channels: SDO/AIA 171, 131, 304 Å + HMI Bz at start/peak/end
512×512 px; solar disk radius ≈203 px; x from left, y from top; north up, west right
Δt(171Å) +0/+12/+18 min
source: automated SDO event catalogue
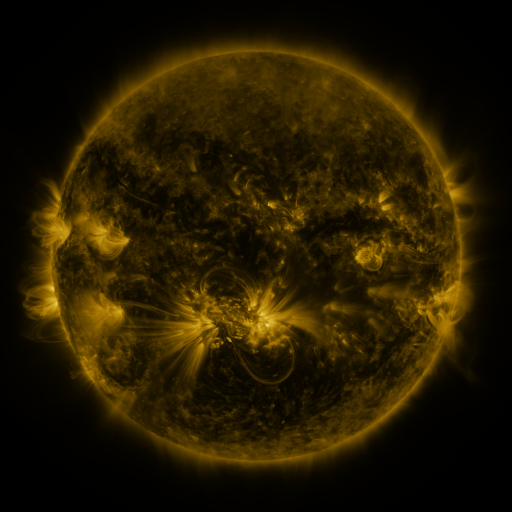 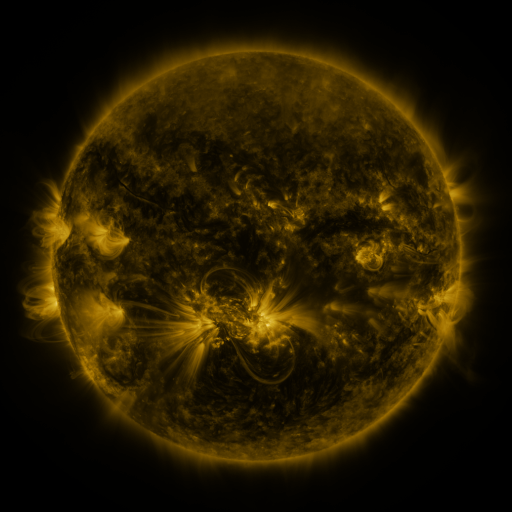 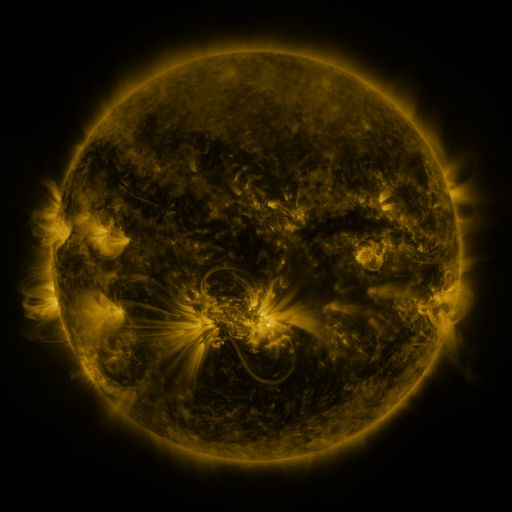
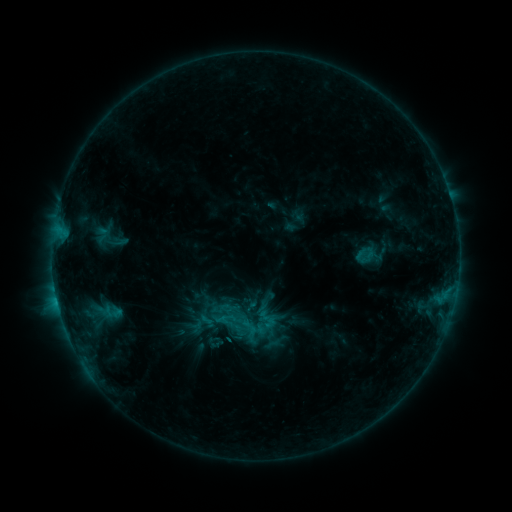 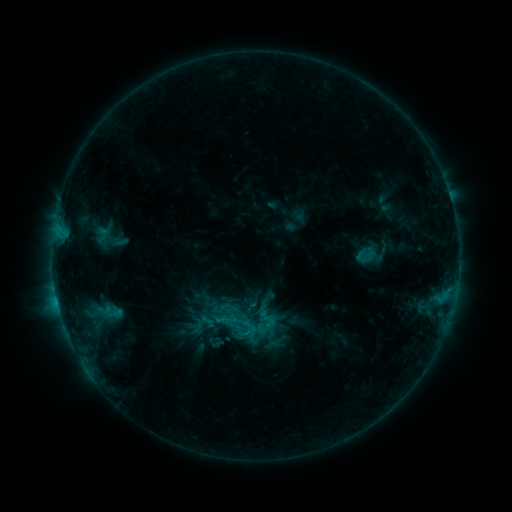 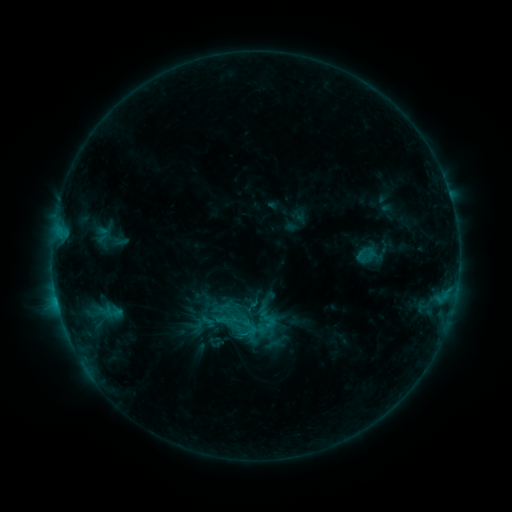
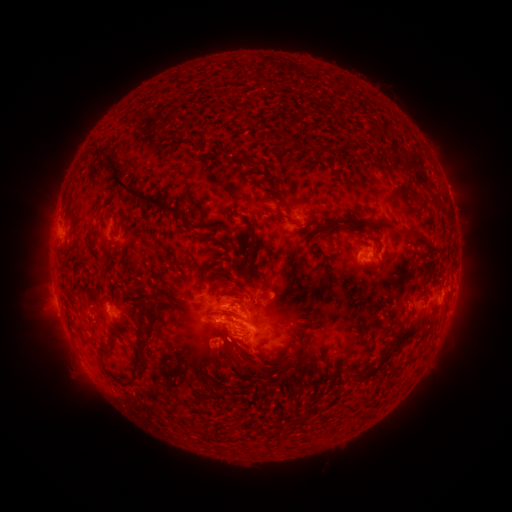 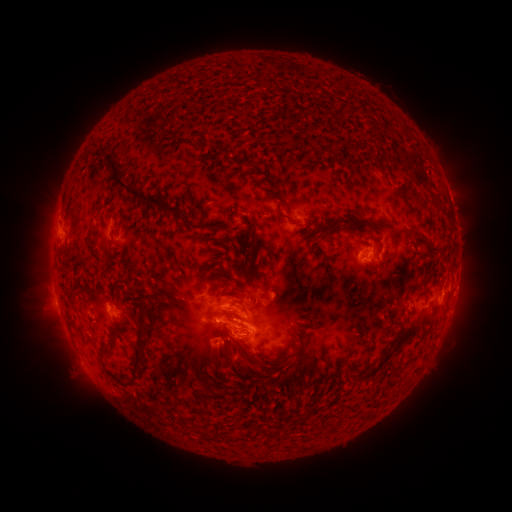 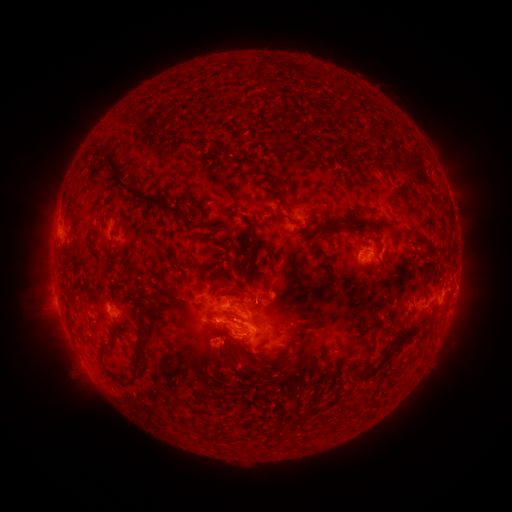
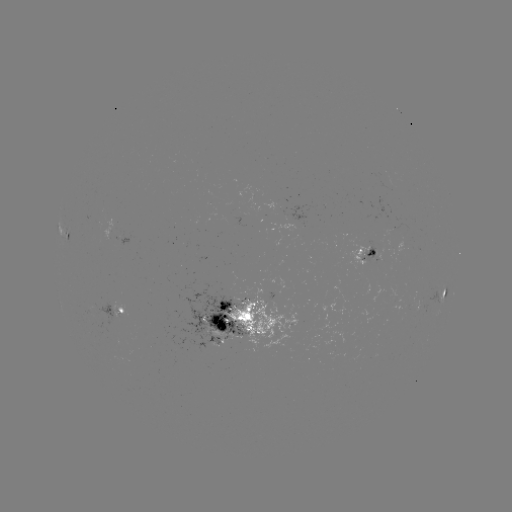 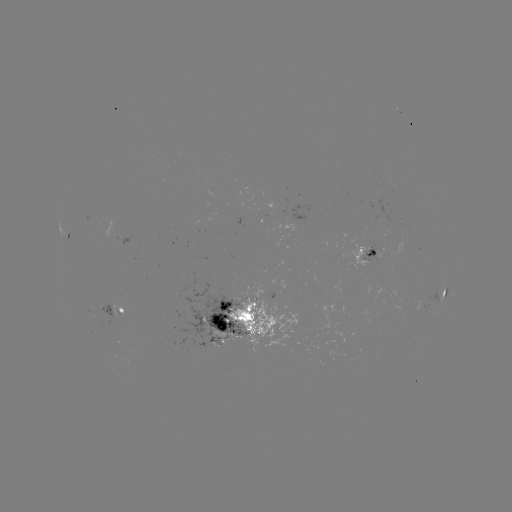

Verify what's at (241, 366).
eruption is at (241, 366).